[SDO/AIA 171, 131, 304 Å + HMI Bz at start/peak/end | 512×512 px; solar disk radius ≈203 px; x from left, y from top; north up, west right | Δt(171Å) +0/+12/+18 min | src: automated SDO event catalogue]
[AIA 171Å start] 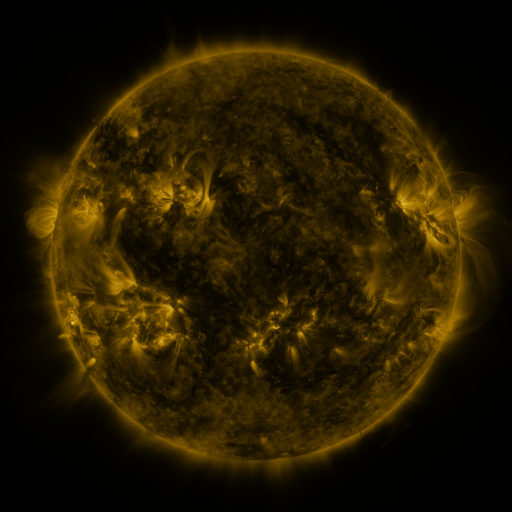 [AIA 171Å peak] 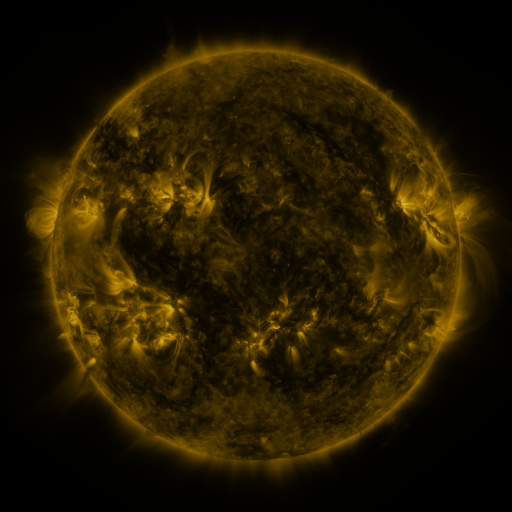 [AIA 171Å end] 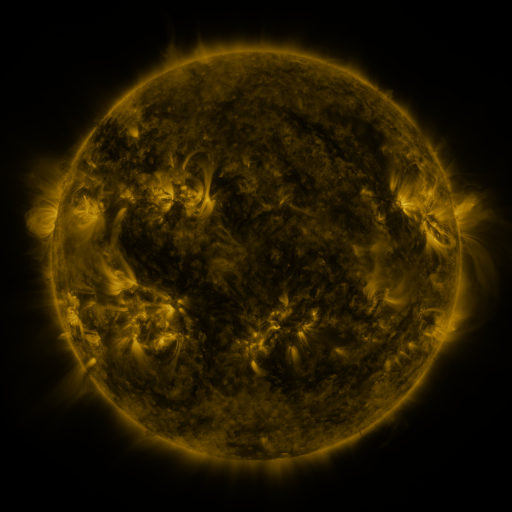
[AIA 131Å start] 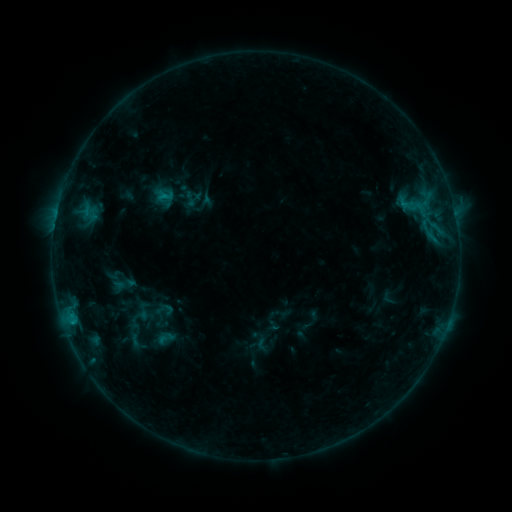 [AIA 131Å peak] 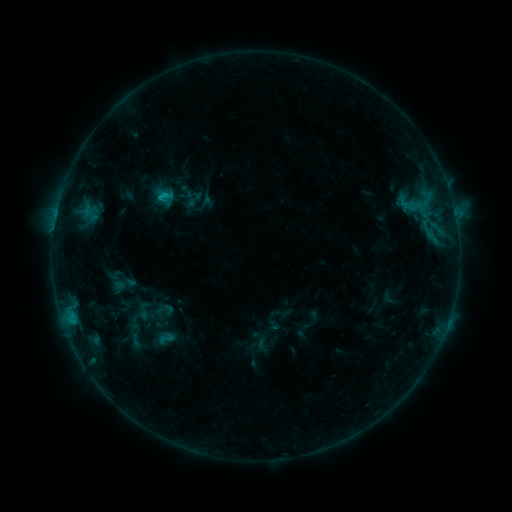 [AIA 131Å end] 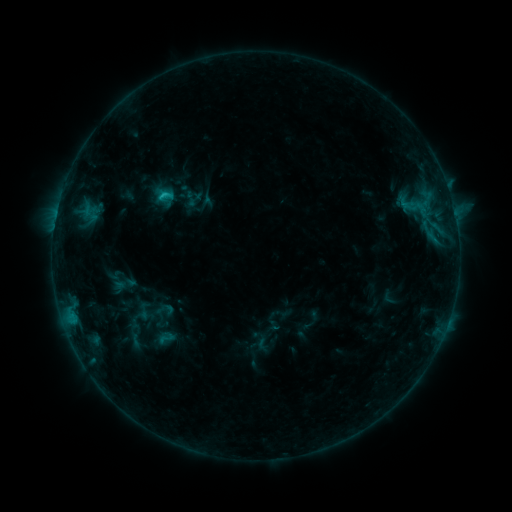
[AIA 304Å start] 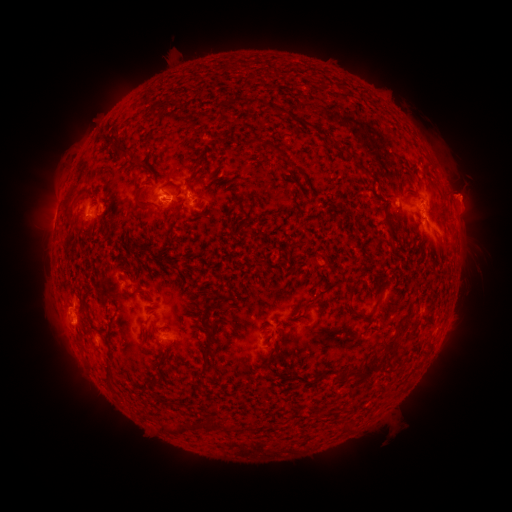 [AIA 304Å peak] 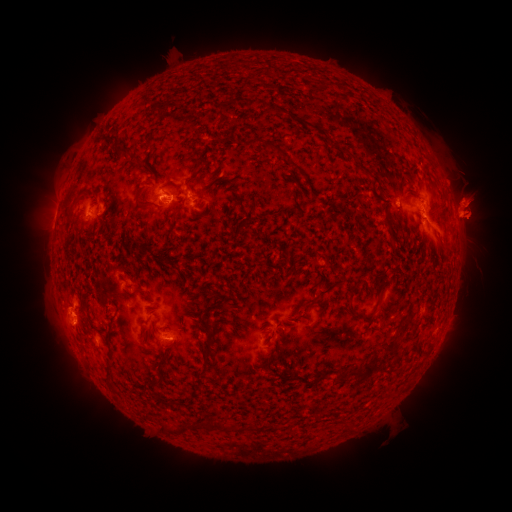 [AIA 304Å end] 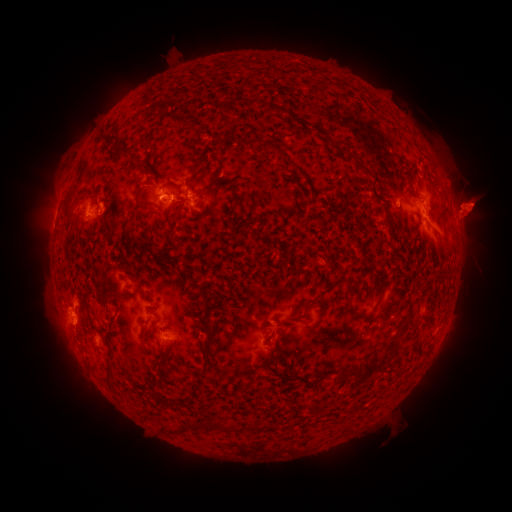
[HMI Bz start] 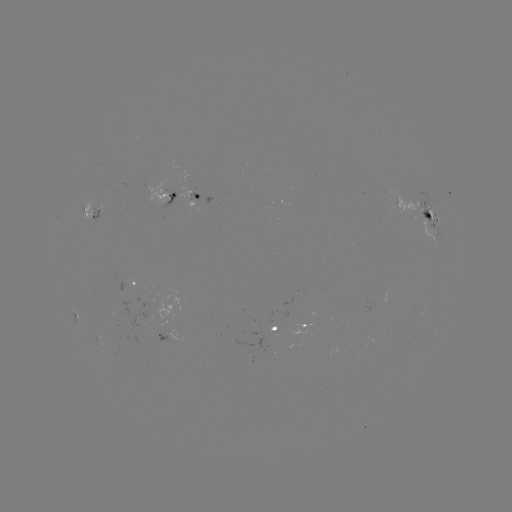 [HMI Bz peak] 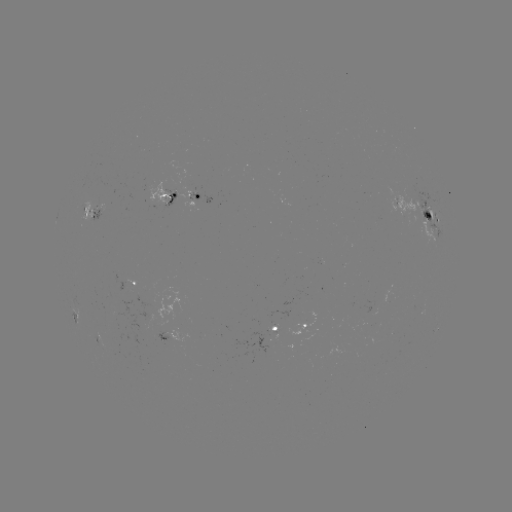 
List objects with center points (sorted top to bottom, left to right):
eruption: (31, 206)
